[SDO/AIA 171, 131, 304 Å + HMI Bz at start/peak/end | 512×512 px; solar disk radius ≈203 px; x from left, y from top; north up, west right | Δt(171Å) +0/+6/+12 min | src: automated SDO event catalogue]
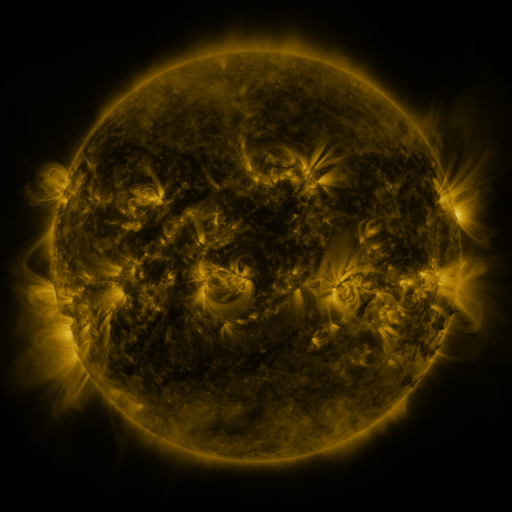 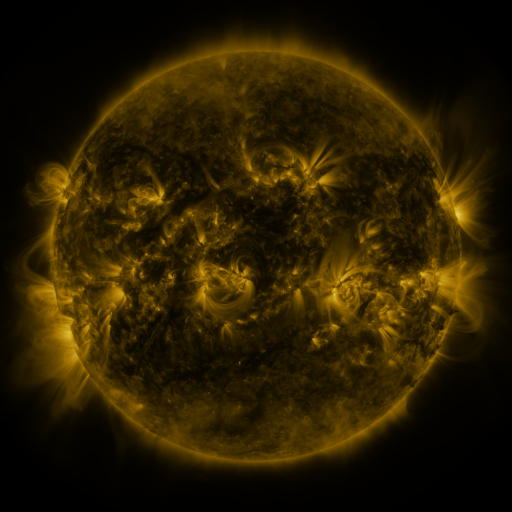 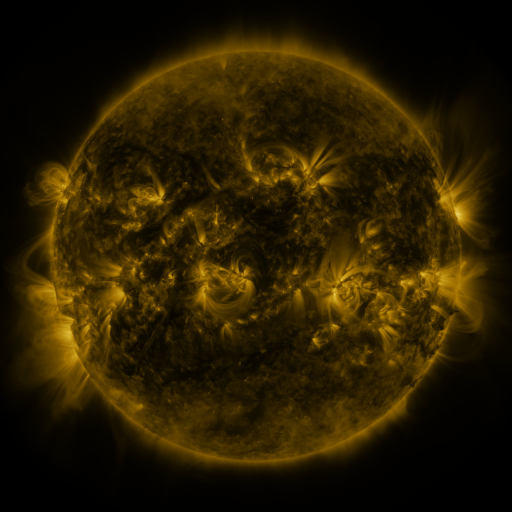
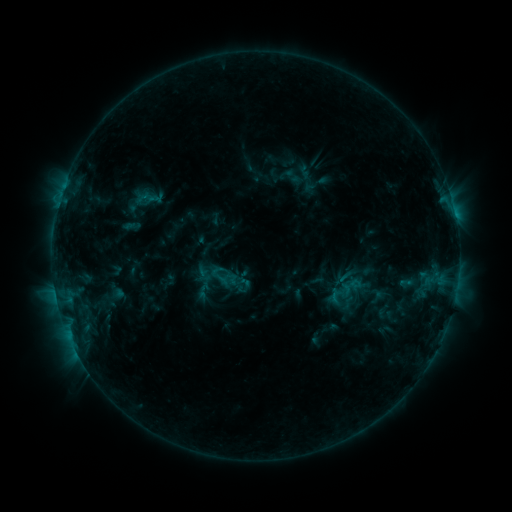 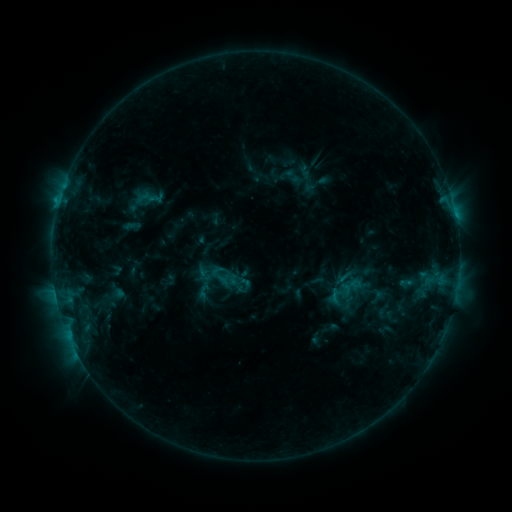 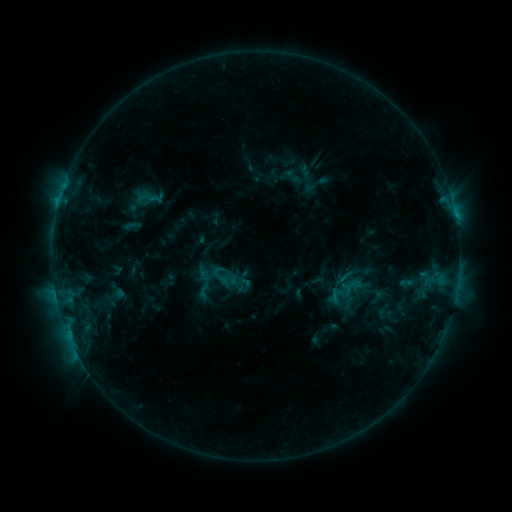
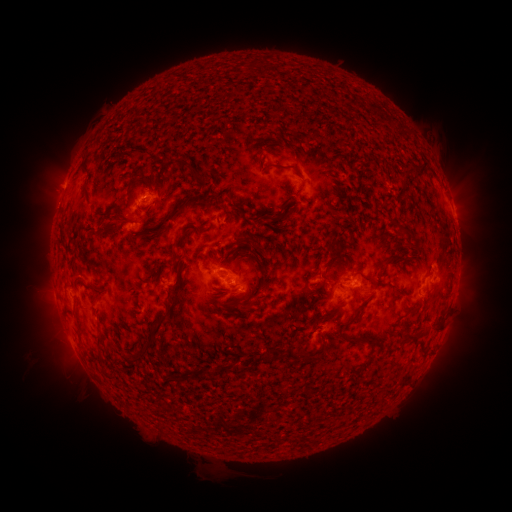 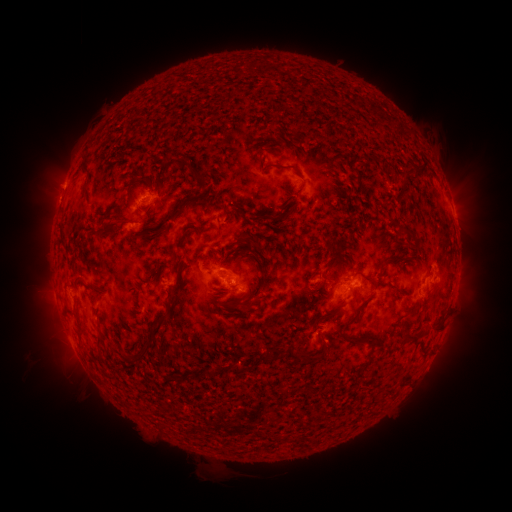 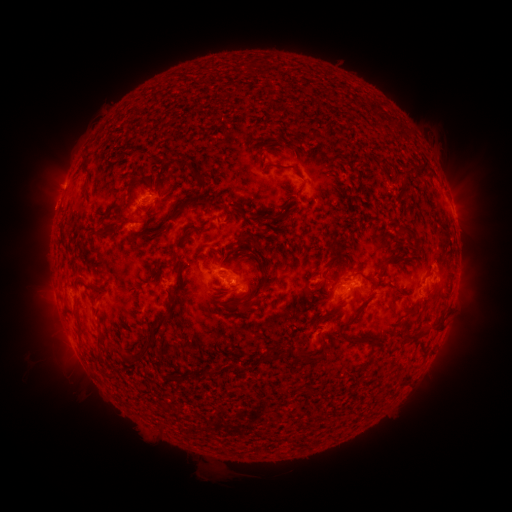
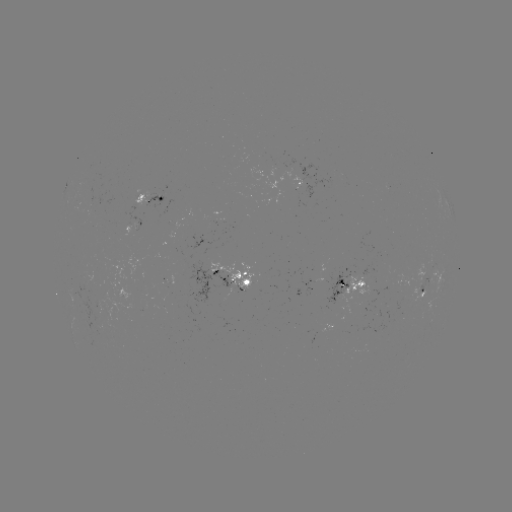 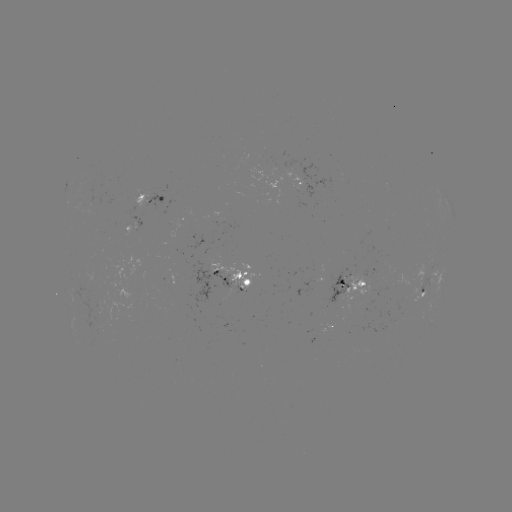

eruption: [34, 182, 76, 223]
